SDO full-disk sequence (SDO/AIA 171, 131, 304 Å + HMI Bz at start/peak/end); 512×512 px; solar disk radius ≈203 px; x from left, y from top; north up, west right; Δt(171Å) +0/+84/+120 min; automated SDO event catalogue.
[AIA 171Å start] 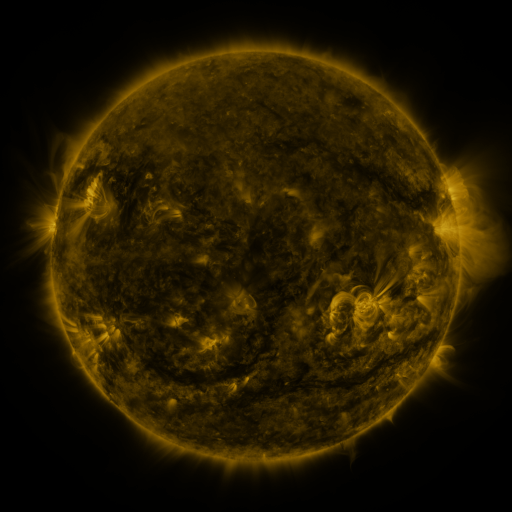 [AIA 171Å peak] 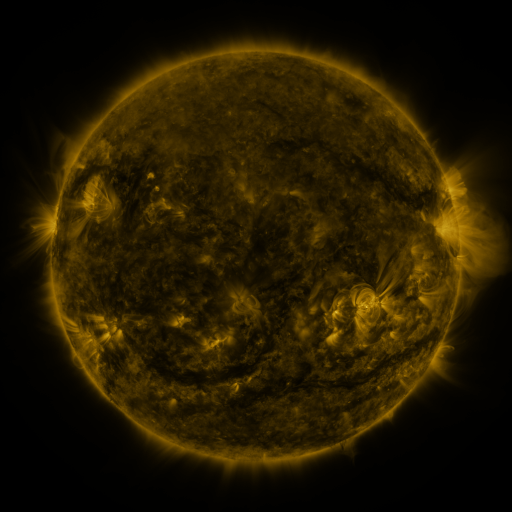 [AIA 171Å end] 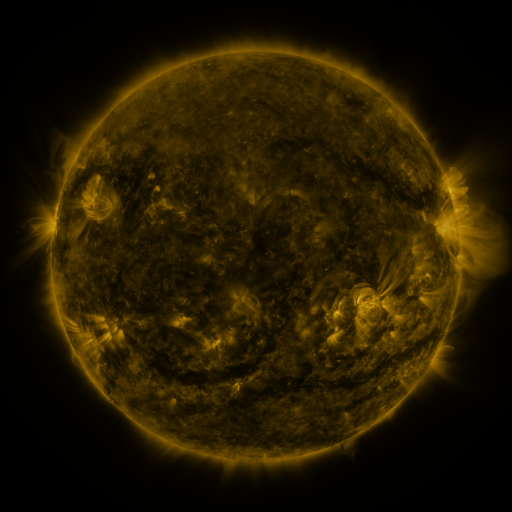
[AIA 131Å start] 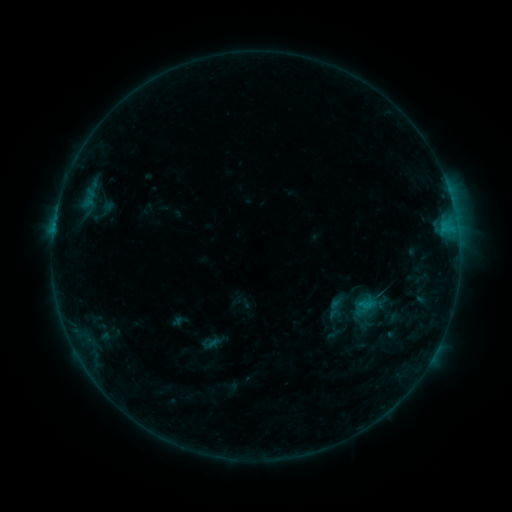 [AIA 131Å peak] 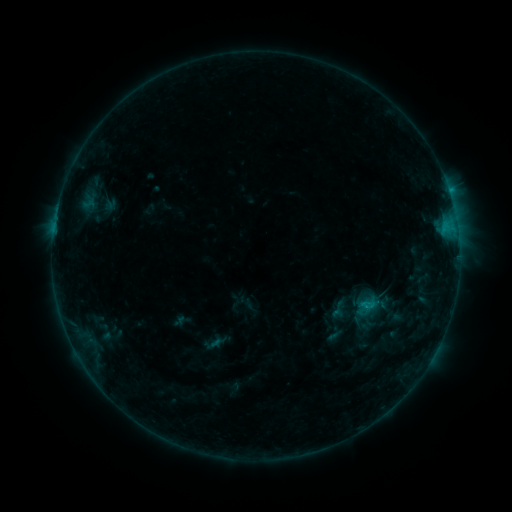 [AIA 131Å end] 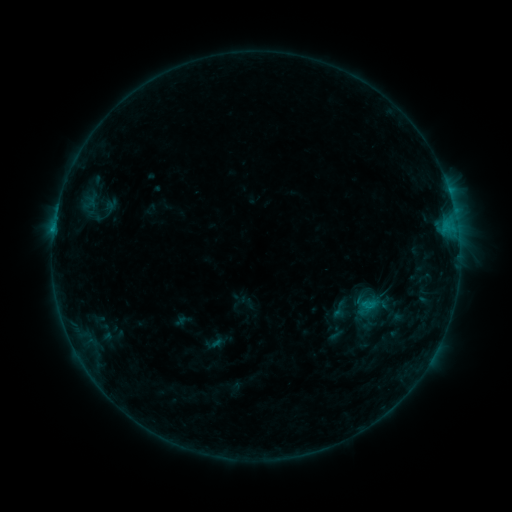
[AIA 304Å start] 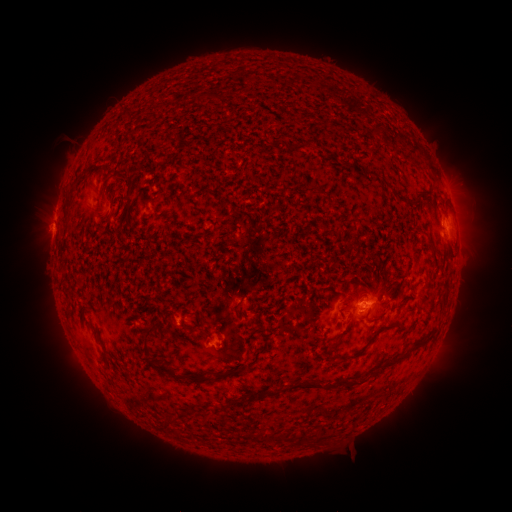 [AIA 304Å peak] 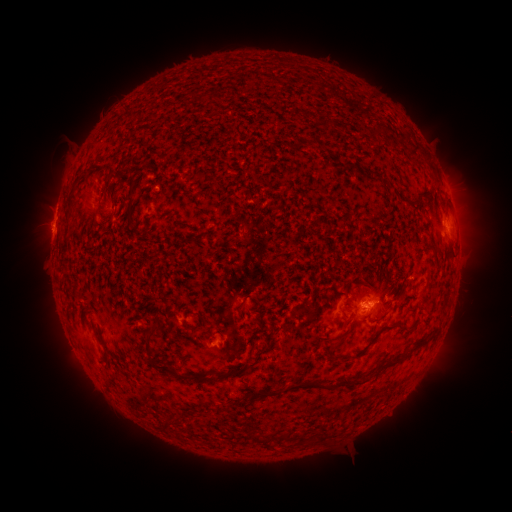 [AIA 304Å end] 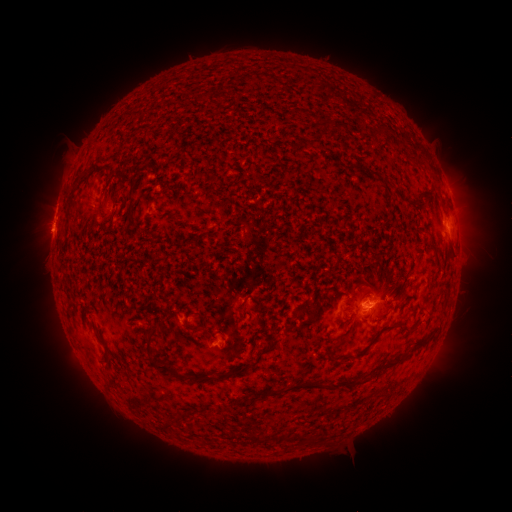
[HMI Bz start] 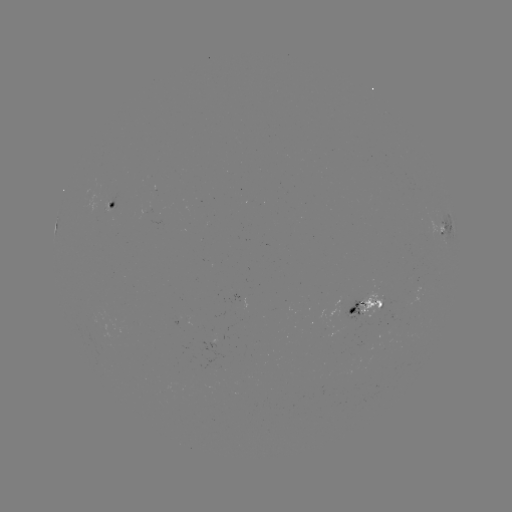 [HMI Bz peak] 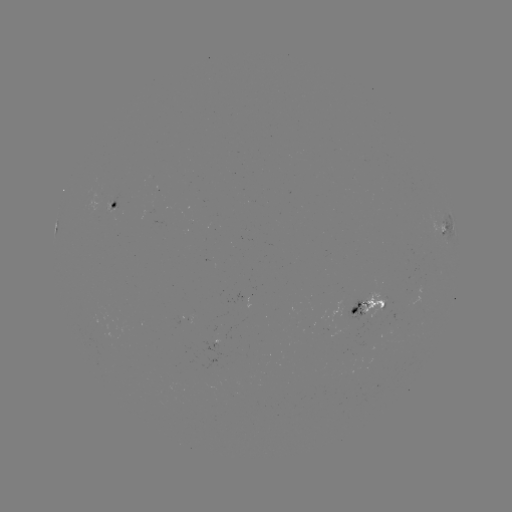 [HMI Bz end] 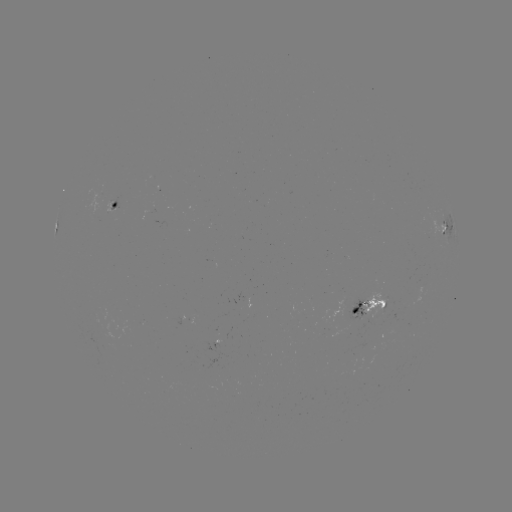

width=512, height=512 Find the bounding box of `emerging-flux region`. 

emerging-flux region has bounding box [87, 192, 98, 217].